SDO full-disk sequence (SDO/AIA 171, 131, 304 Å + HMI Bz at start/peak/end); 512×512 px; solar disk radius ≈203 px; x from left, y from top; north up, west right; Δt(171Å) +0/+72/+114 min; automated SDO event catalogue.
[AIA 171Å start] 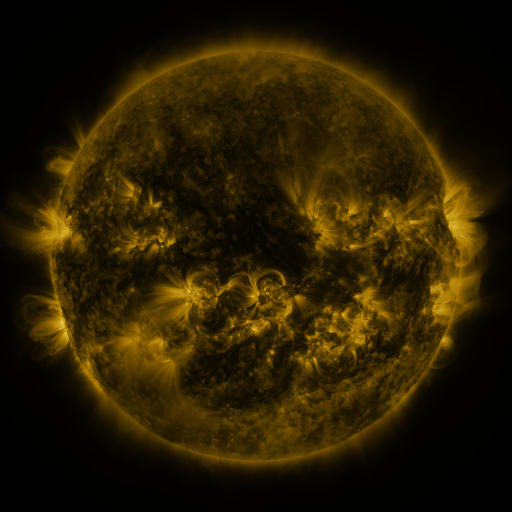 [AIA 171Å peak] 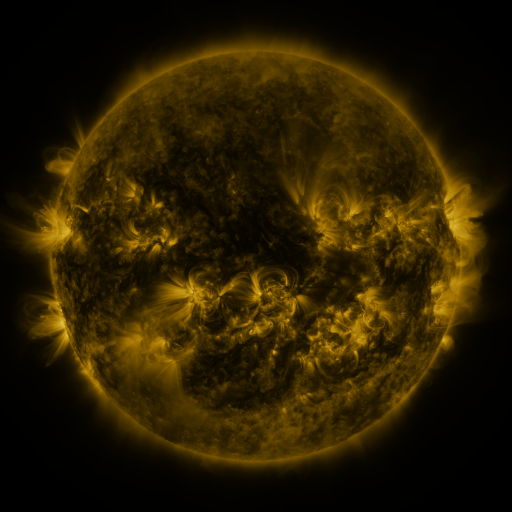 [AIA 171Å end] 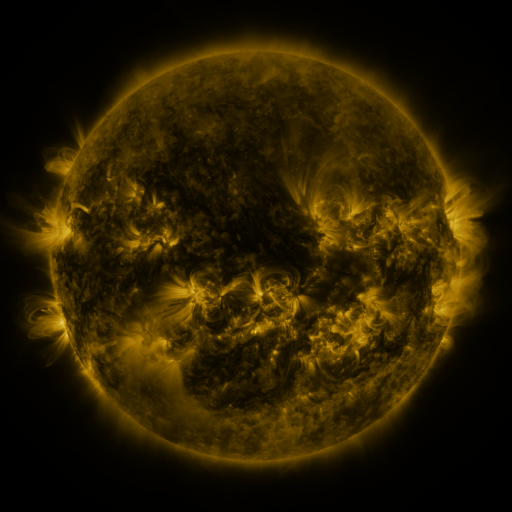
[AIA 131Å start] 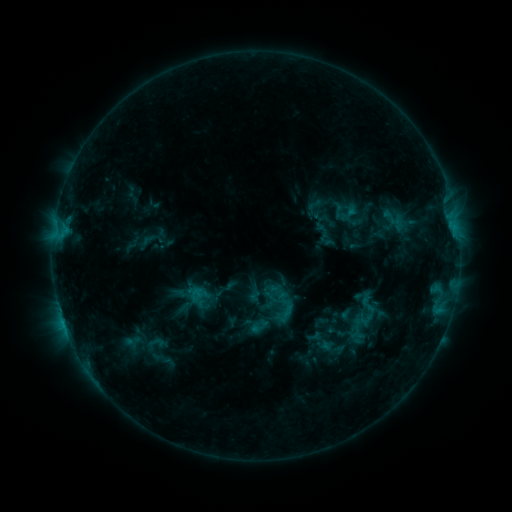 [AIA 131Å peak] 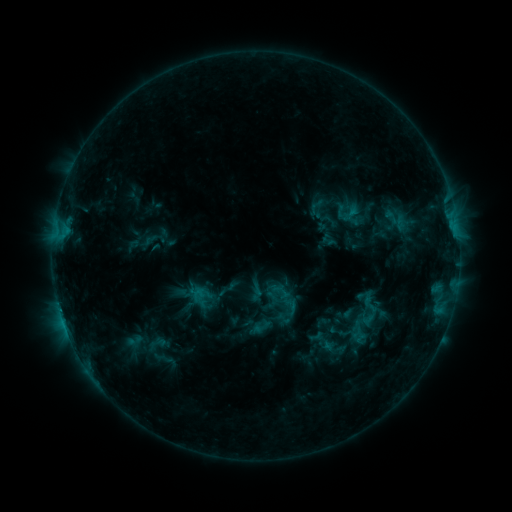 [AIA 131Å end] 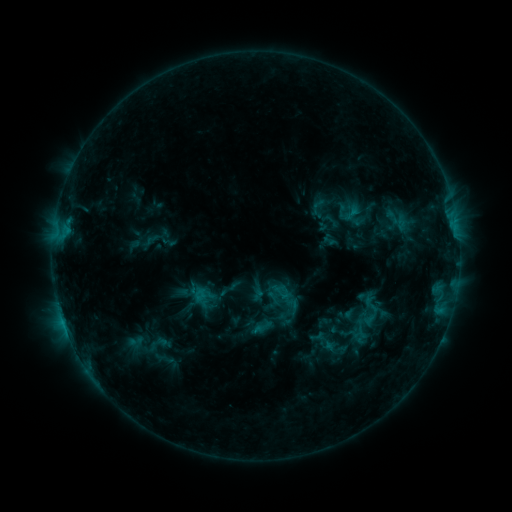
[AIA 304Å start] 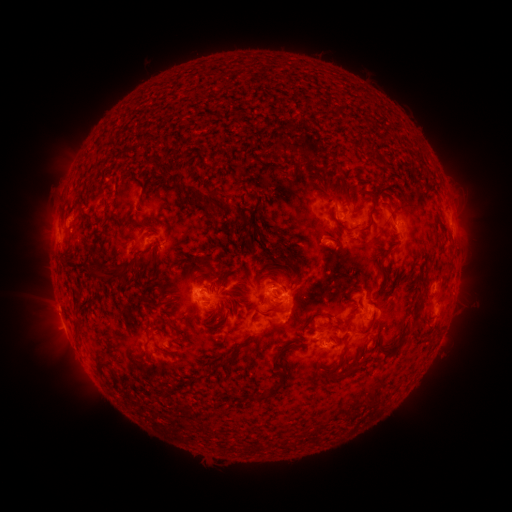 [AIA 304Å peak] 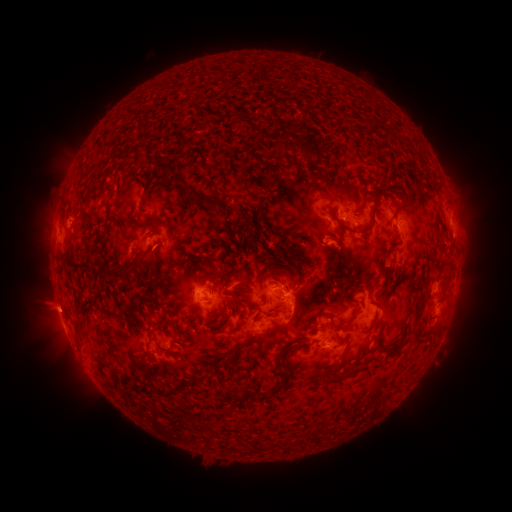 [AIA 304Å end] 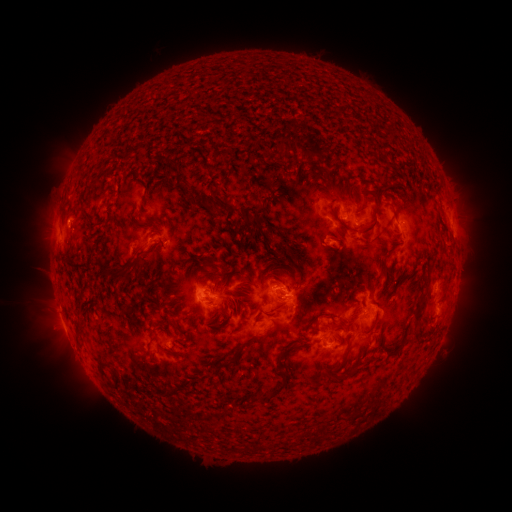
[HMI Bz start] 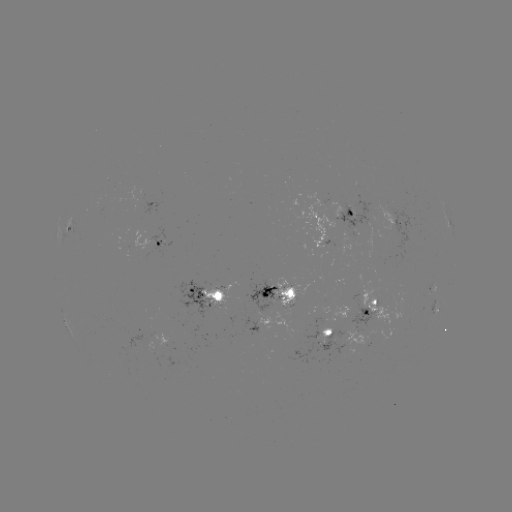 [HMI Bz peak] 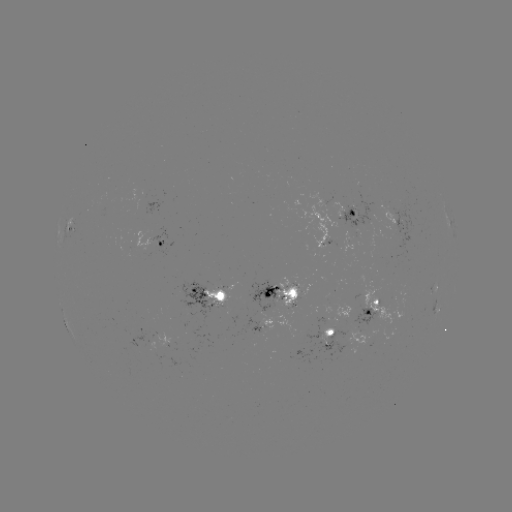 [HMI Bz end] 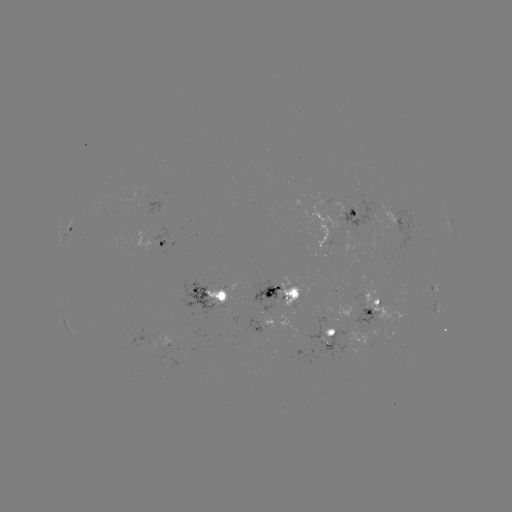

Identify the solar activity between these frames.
emerging-flux region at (356, 221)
